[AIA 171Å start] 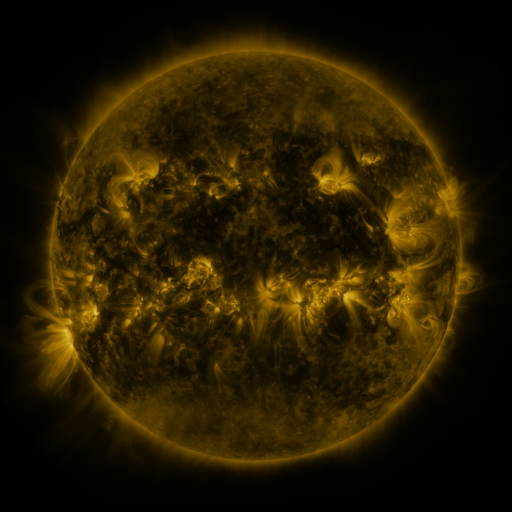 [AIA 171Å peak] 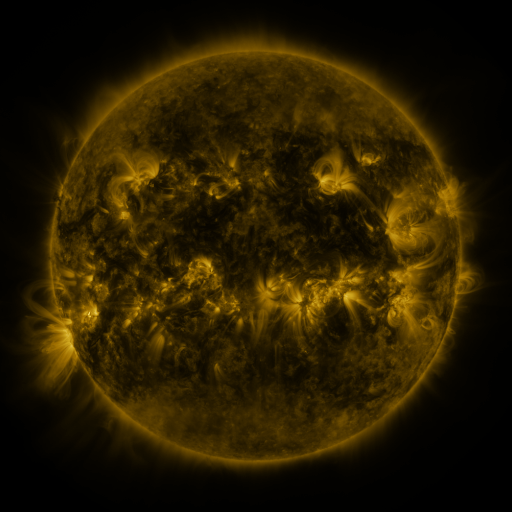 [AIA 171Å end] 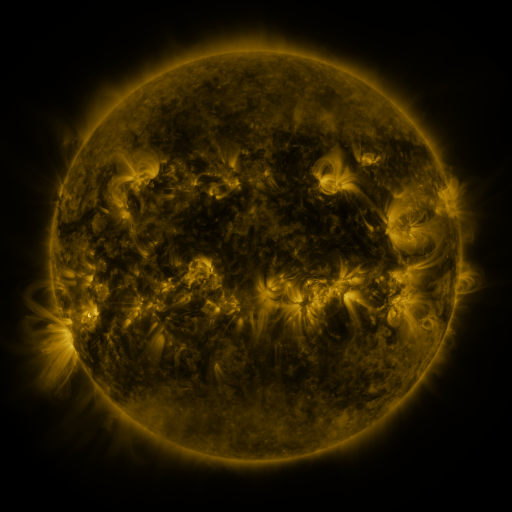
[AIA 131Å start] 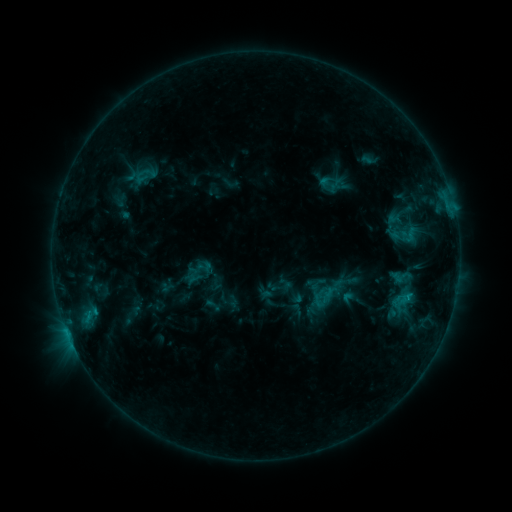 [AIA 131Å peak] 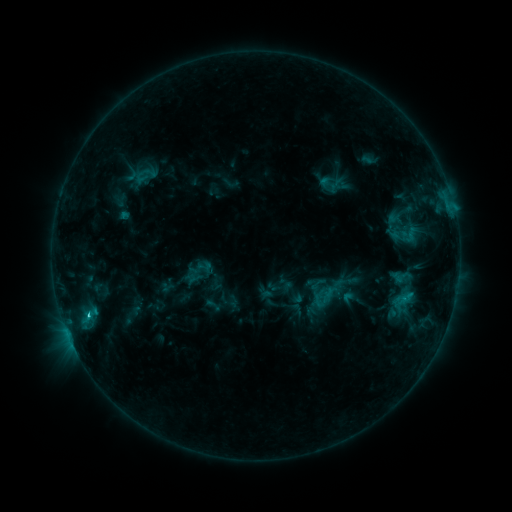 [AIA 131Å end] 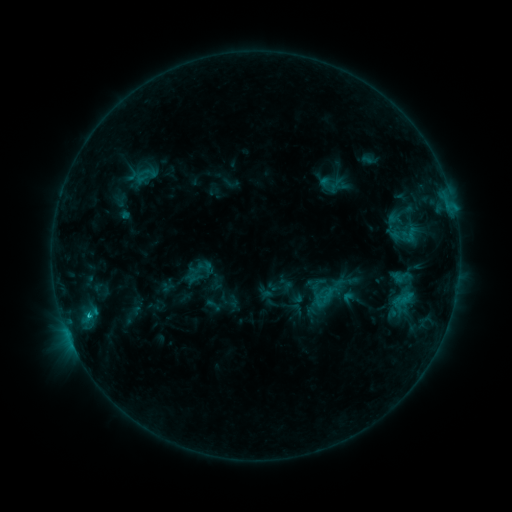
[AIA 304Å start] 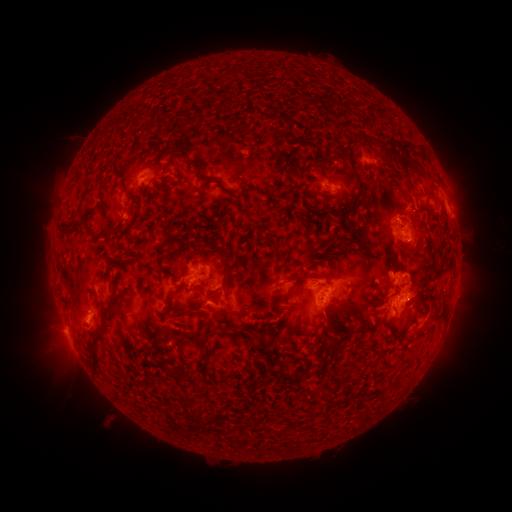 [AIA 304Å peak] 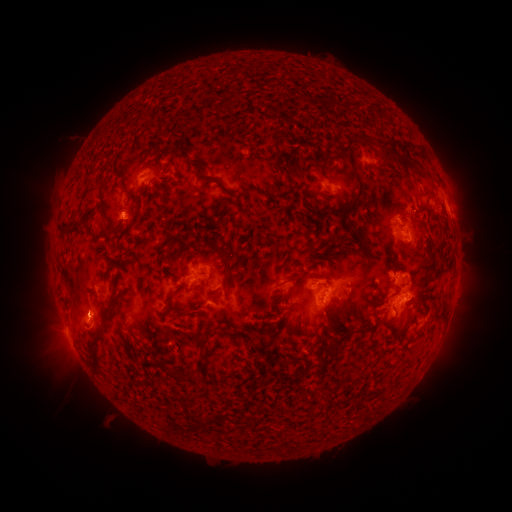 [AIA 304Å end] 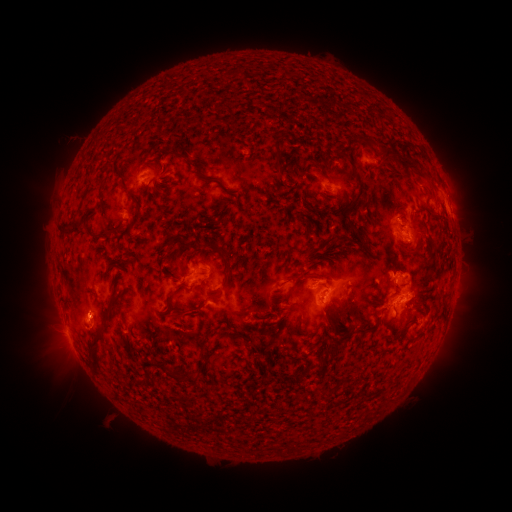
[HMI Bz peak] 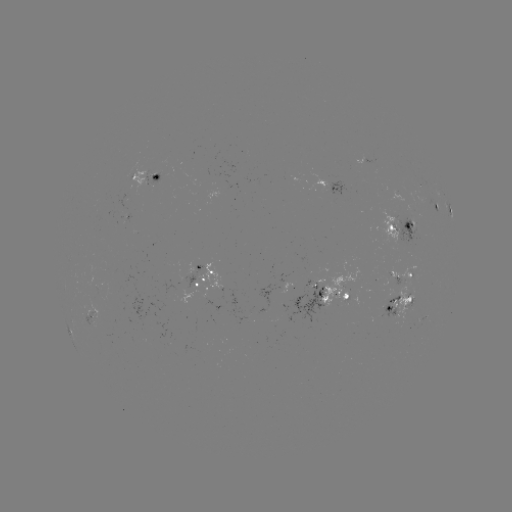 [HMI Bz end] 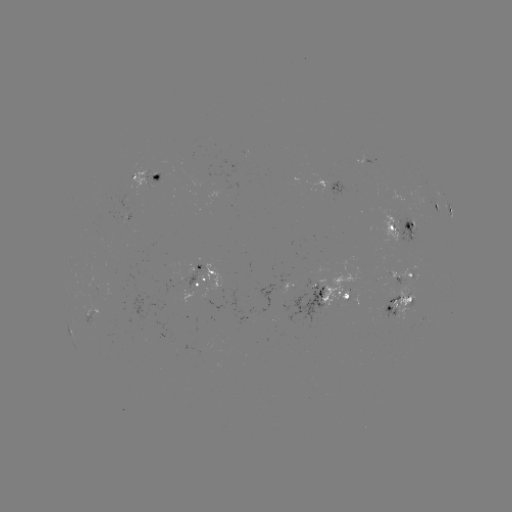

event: flare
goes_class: C1.7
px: (89, 313)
